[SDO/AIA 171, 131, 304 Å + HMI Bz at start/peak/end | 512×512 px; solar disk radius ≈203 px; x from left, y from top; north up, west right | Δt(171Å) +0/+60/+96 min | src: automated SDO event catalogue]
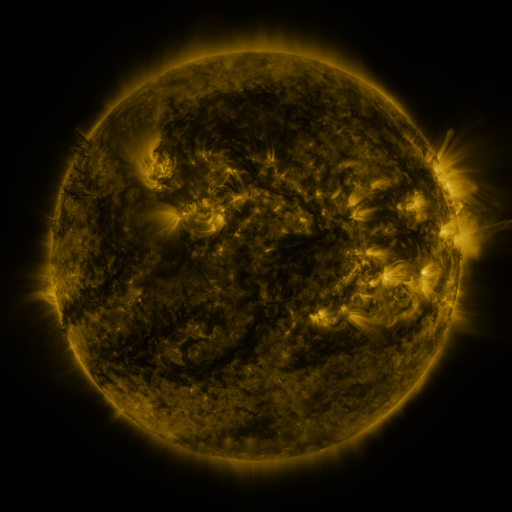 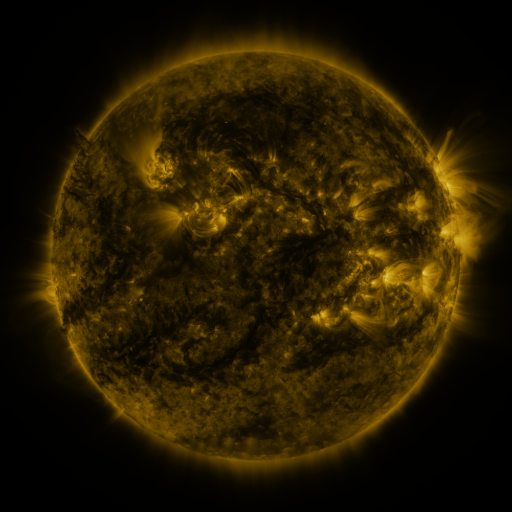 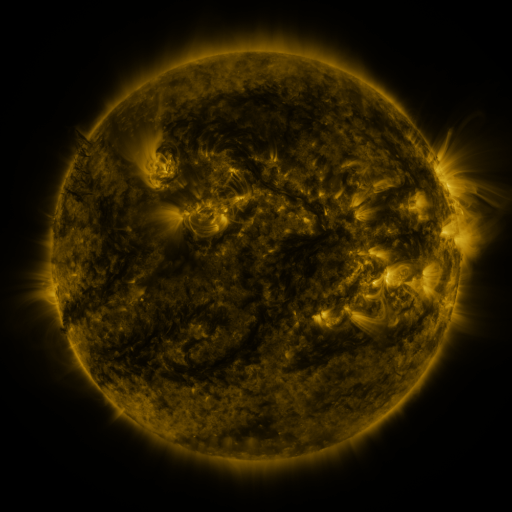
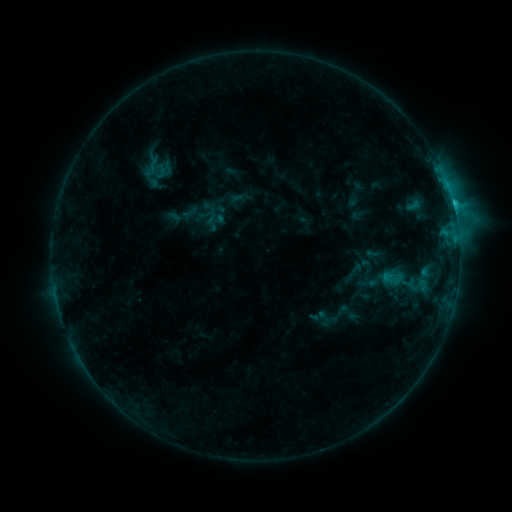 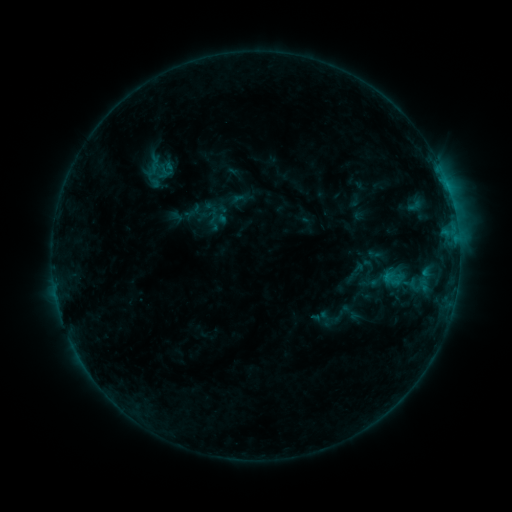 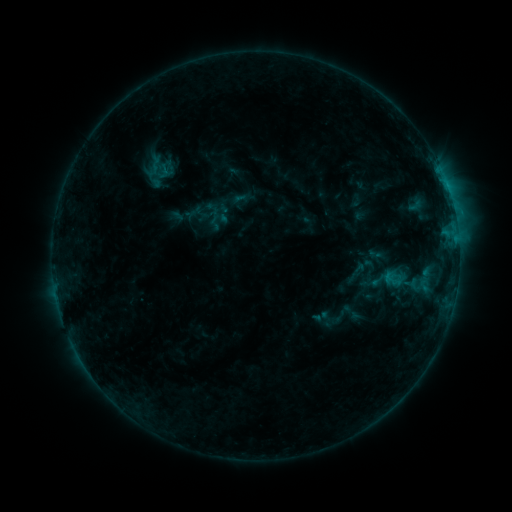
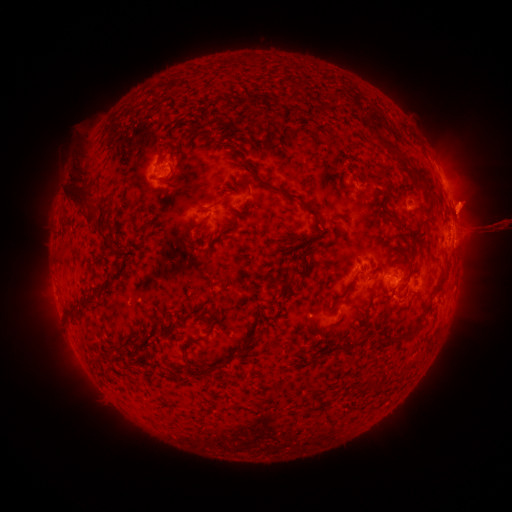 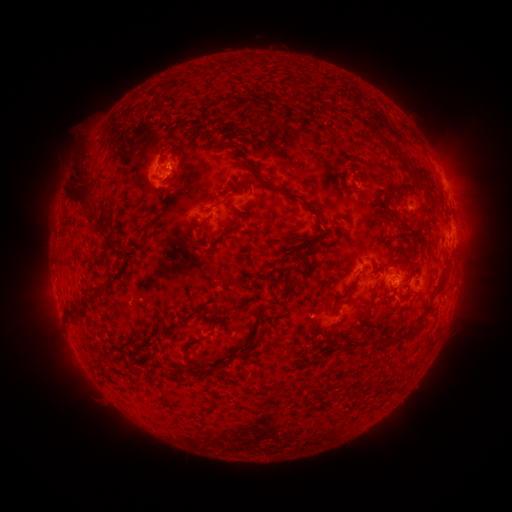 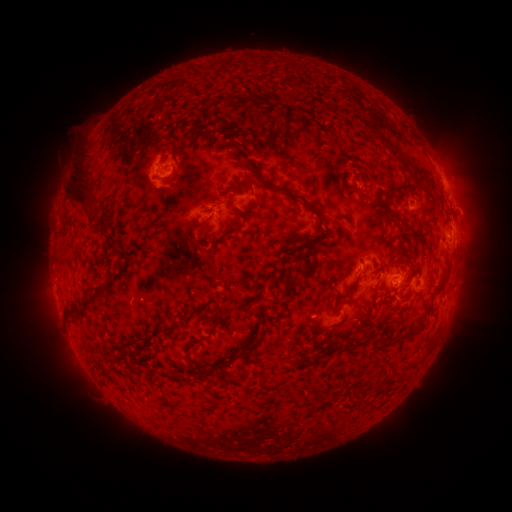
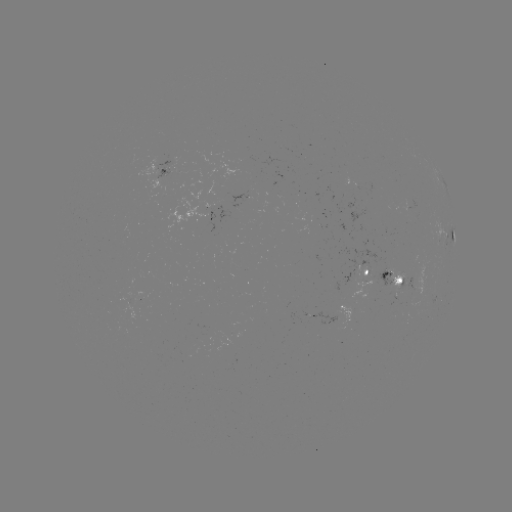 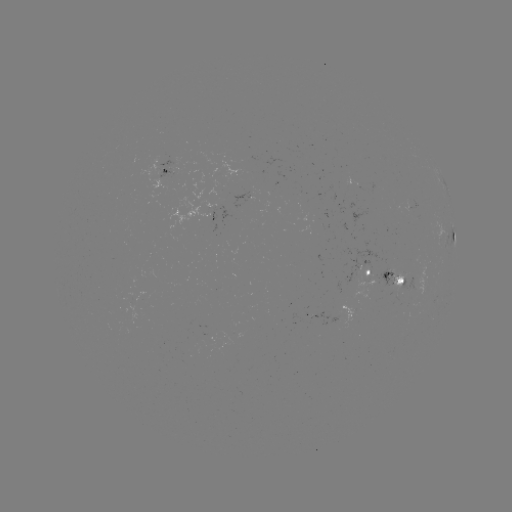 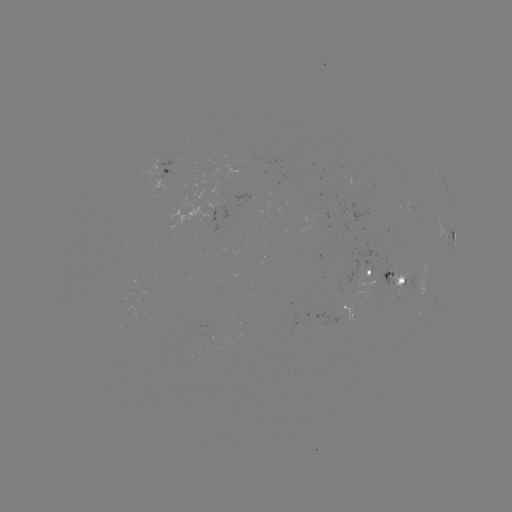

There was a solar emerging-flux region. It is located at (414, 287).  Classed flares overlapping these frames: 1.